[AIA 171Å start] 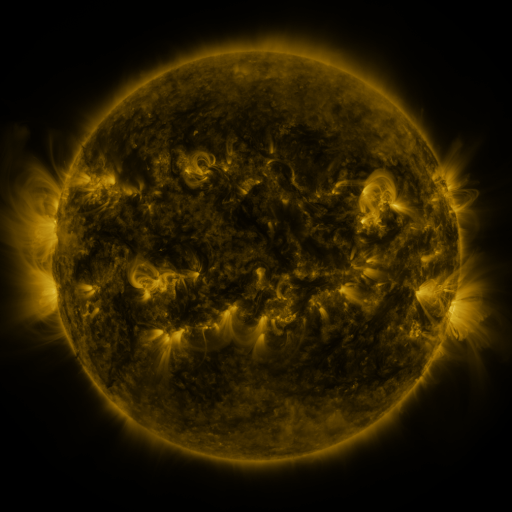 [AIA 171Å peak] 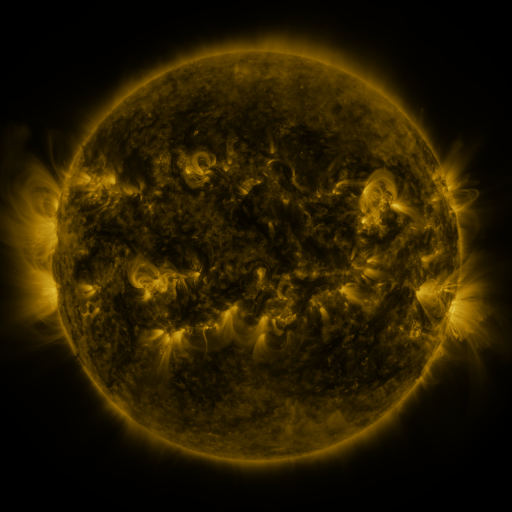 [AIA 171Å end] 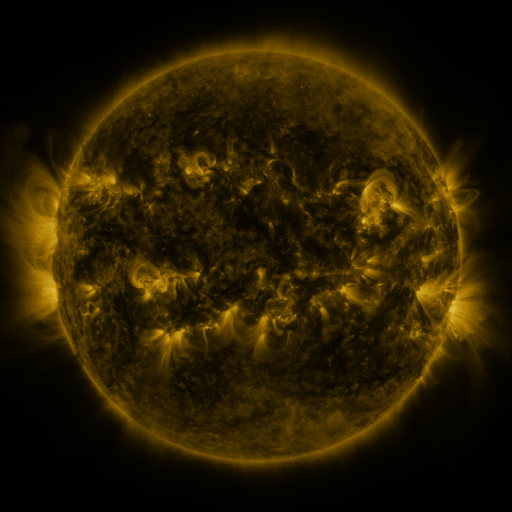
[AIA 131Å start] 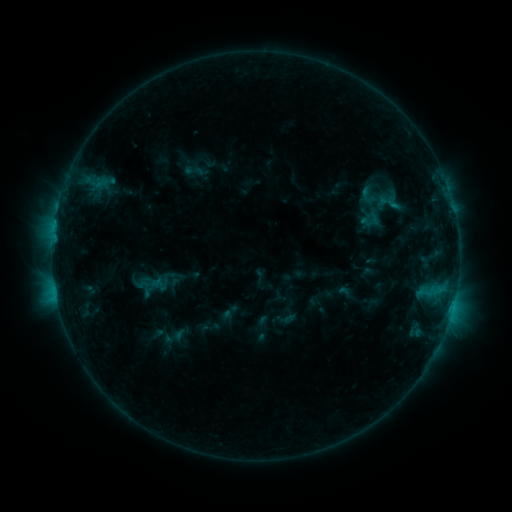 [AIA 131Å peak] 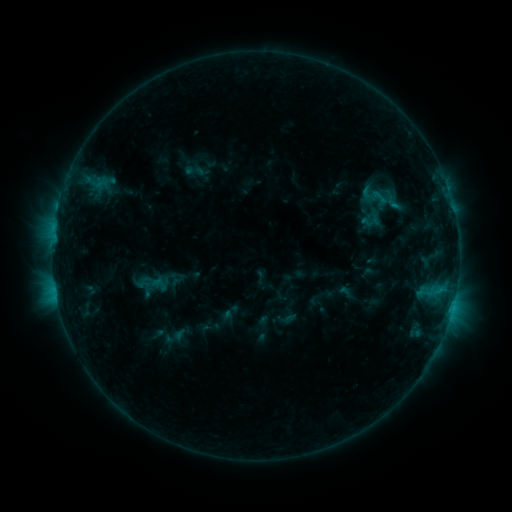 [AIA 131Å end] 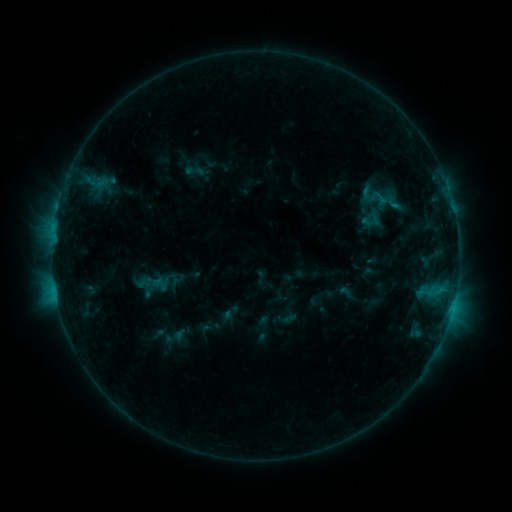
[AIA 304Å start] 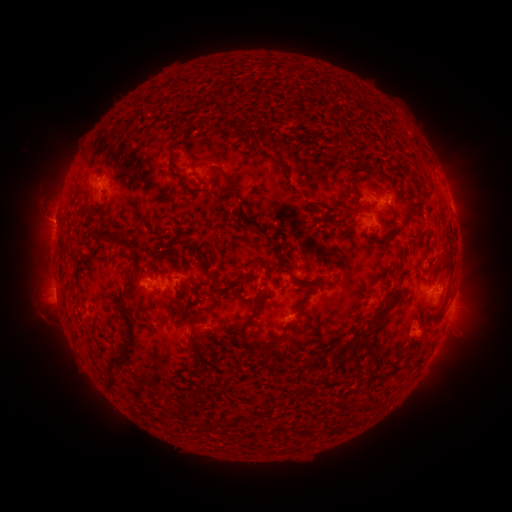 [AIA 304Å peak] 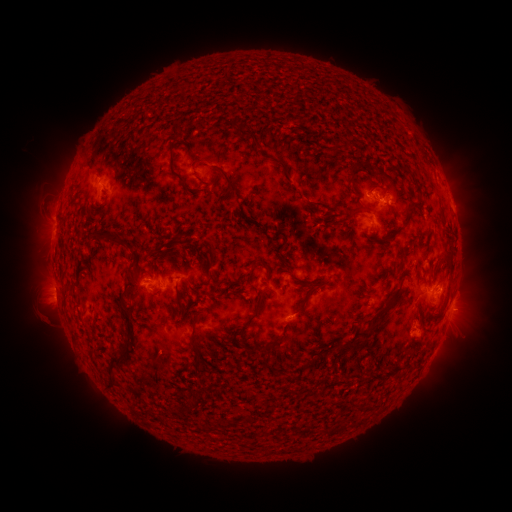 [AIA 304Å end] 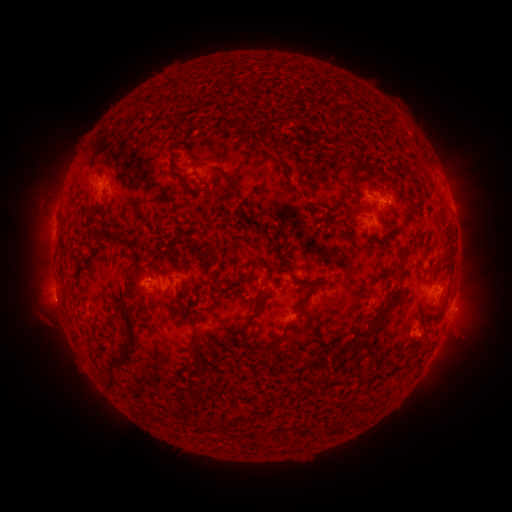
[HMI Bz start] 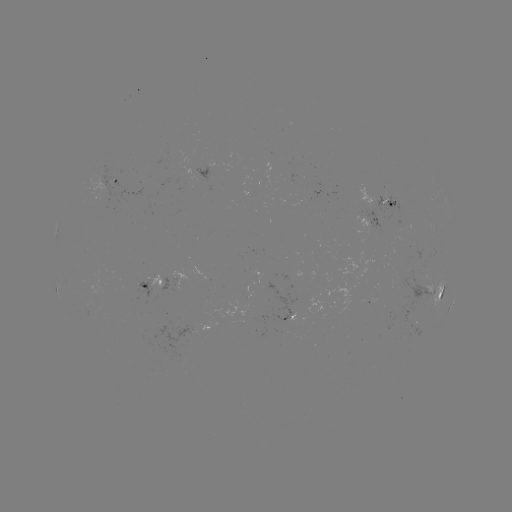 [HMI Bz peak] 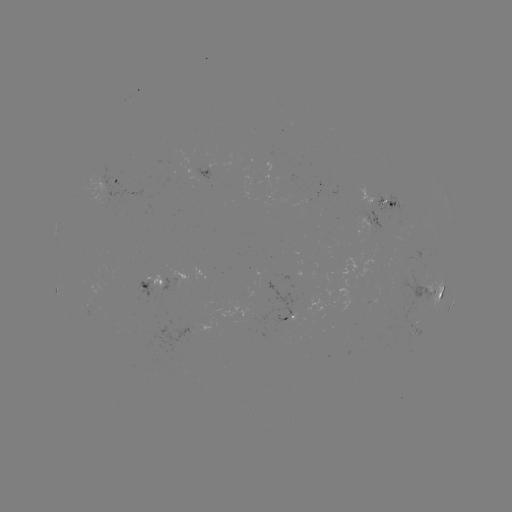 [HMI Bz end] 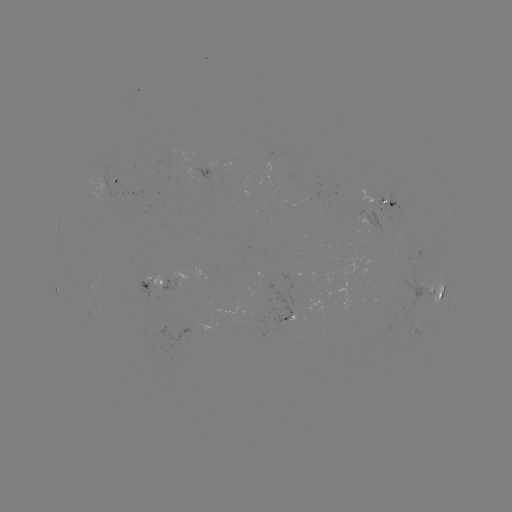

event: flare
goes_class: C1.2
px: (375, 195)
